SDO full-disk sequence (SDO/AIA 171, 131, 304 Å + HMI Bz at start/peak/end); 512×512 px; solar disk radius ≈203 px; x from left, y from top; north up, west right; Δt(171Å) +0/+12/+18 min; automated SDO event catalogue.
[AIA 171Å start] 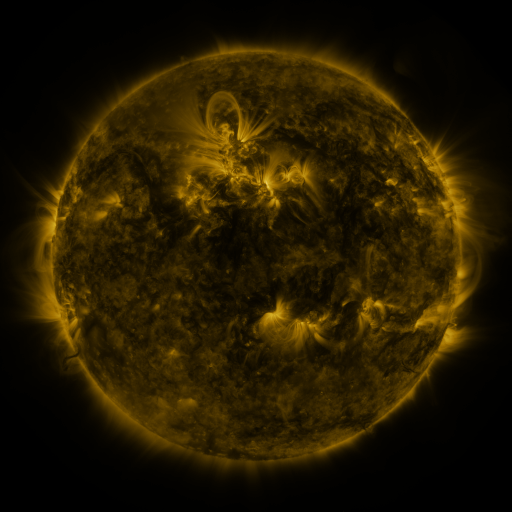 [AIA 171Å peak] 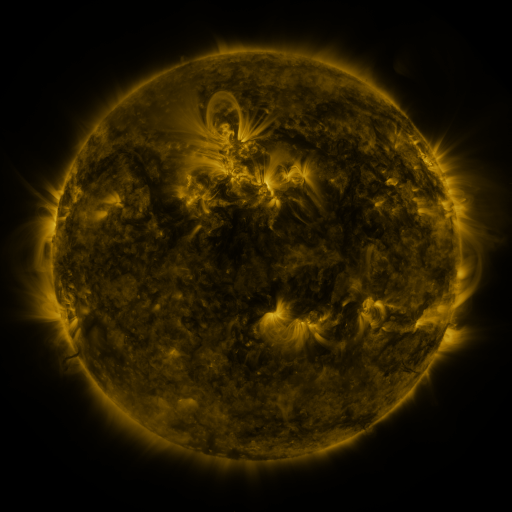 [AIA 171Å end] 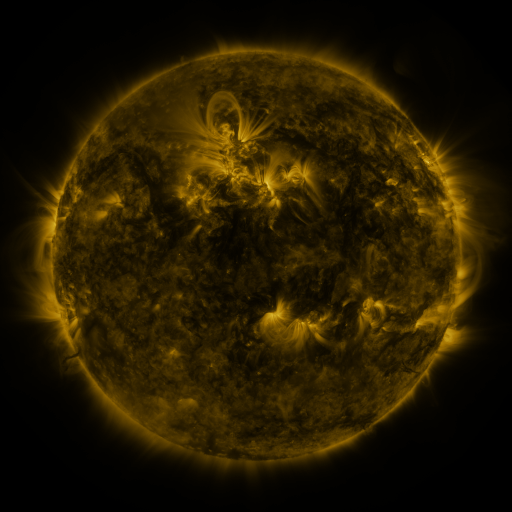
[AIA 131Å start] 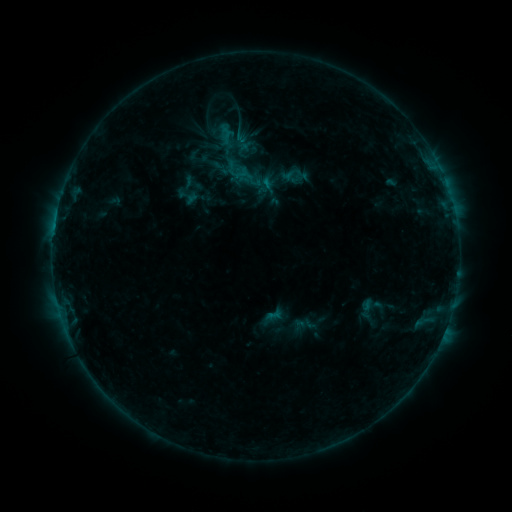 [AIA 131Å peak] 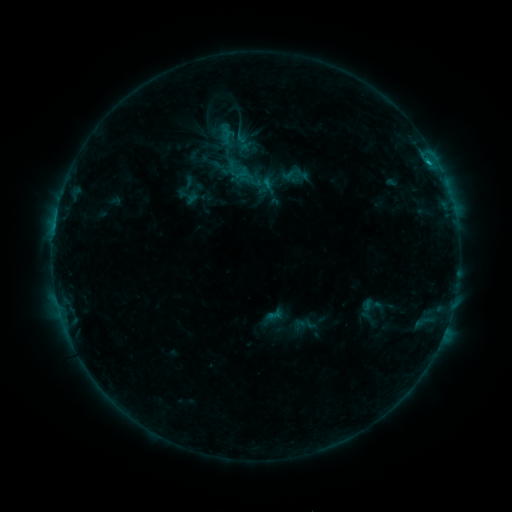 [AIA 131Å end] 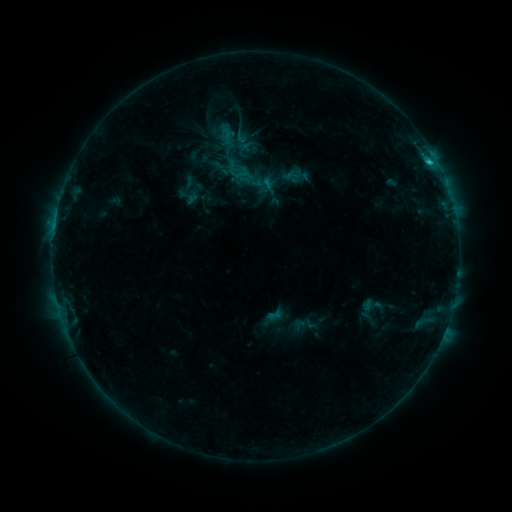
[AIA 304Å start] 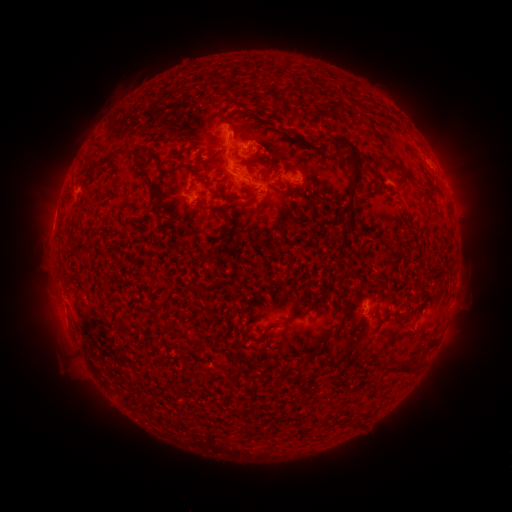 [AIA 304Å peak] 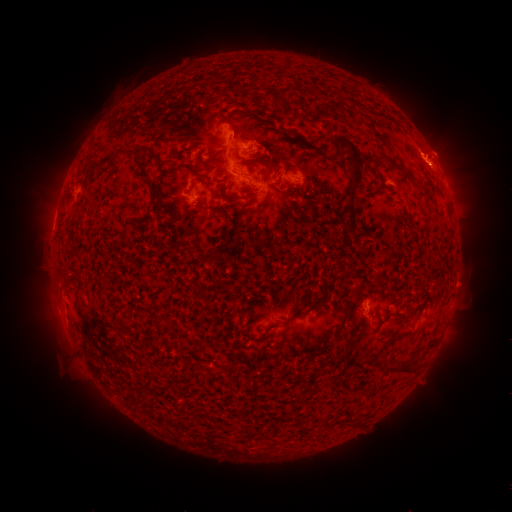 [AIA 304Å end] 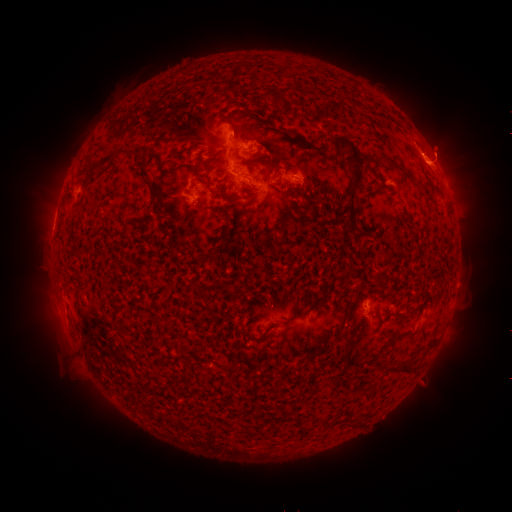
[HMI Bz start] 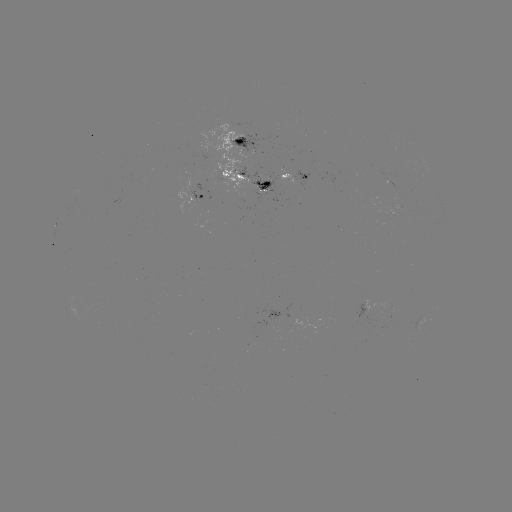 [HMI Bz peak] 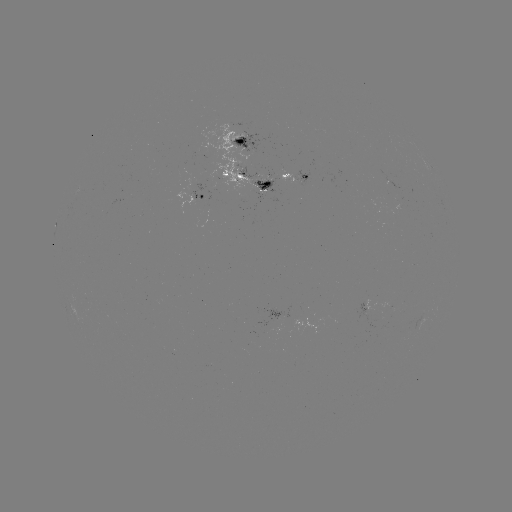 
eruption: <bbox>387, 85, 493, 208</bbox>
